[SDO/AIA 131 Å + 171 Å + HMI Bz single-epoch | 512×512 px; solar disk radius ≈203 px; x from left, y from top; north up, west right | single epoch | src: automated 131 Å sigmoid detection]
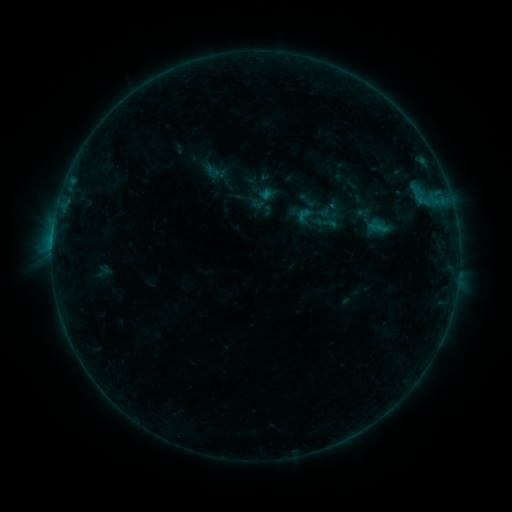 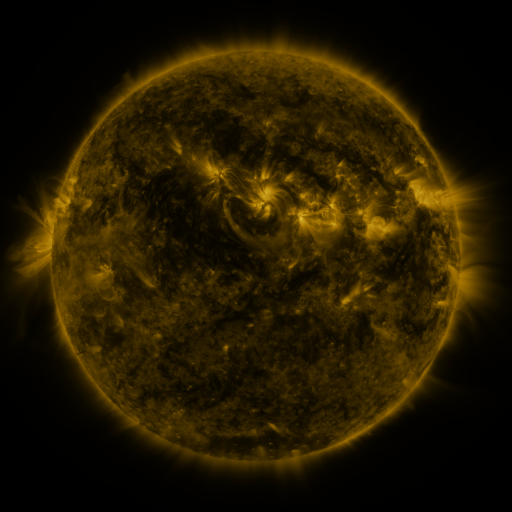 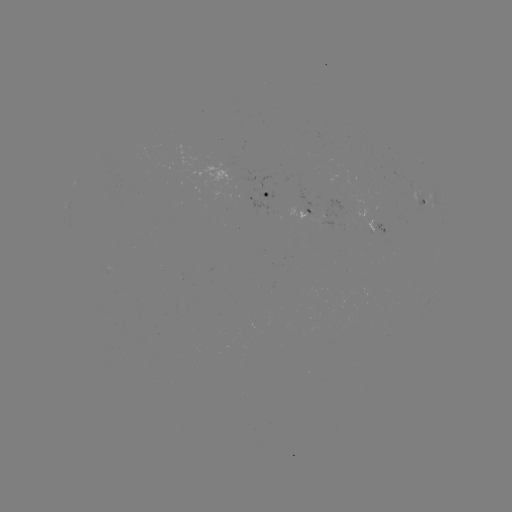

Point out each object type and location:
sigmoid: (210, 166)
sigmoid: (312, 214)
sigmoid: (325, 222)
